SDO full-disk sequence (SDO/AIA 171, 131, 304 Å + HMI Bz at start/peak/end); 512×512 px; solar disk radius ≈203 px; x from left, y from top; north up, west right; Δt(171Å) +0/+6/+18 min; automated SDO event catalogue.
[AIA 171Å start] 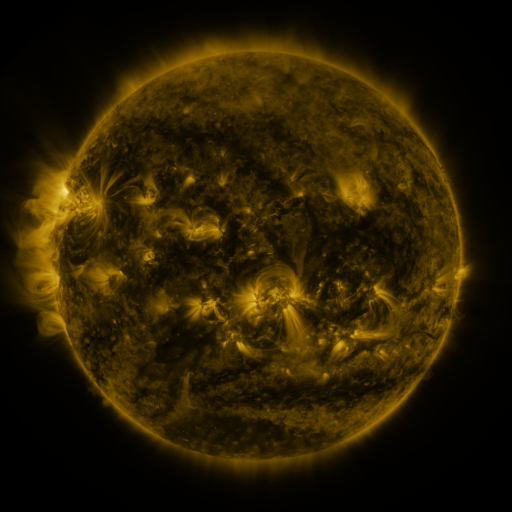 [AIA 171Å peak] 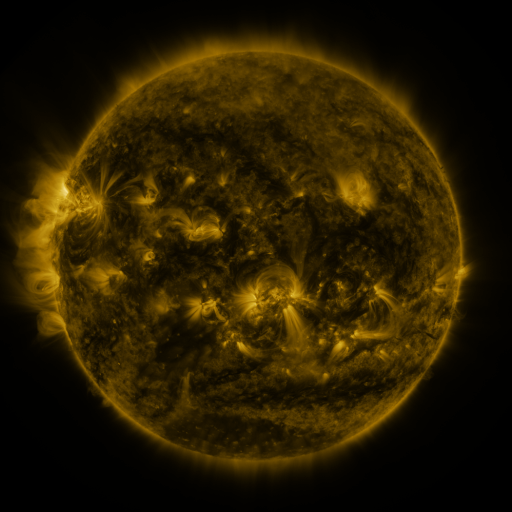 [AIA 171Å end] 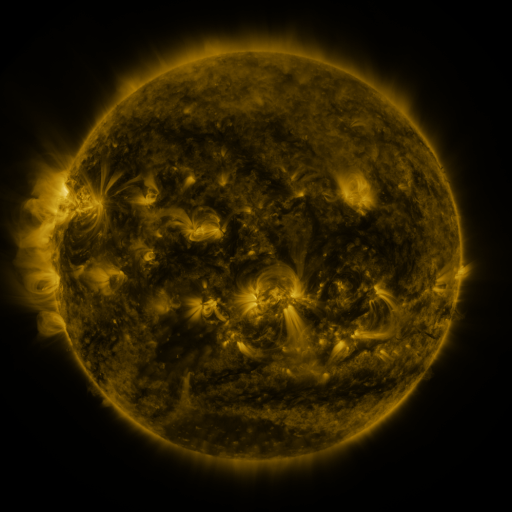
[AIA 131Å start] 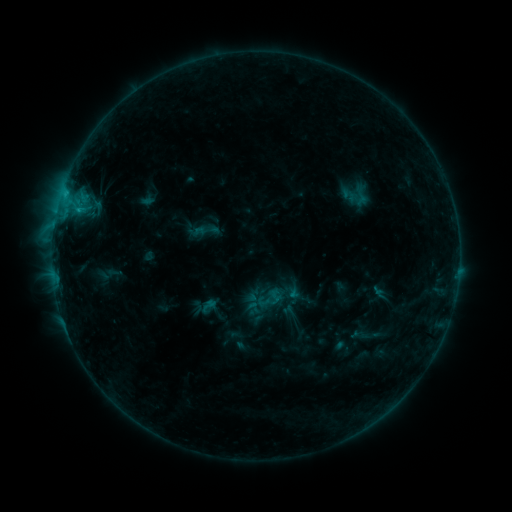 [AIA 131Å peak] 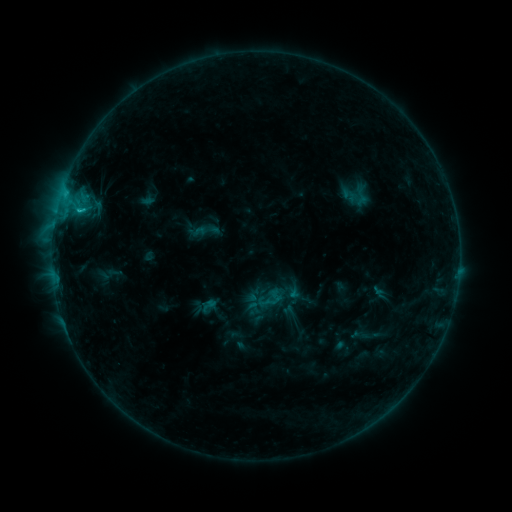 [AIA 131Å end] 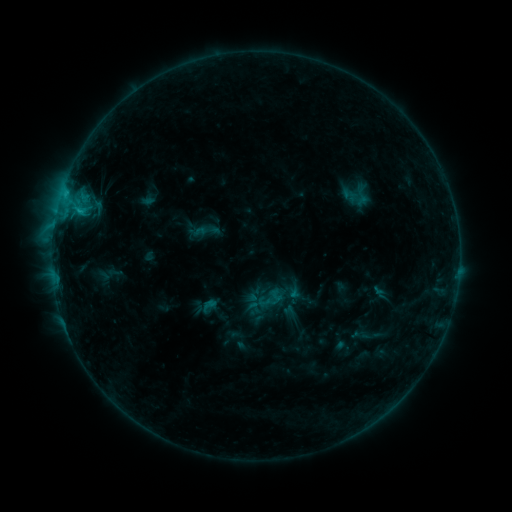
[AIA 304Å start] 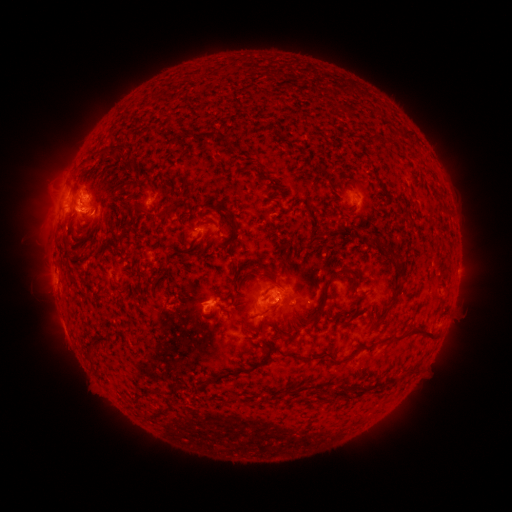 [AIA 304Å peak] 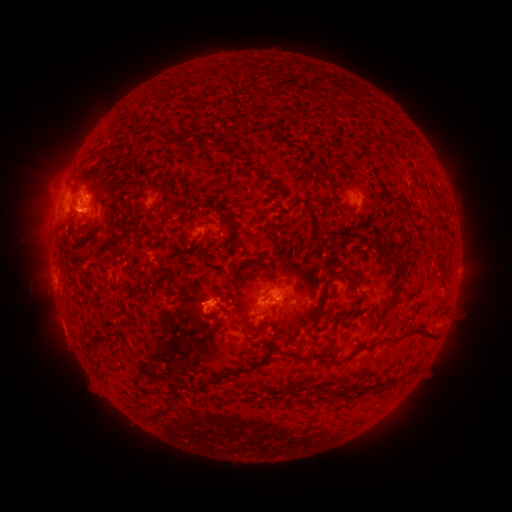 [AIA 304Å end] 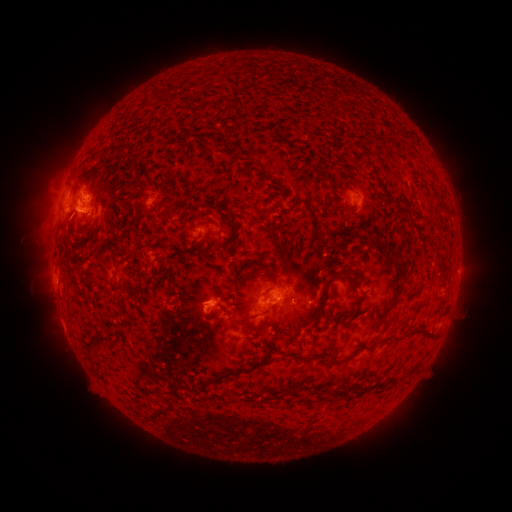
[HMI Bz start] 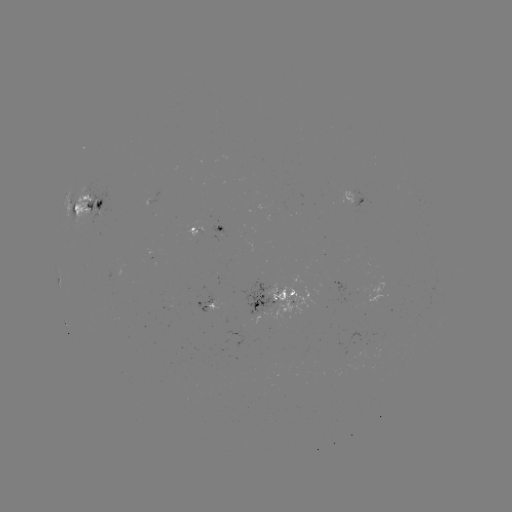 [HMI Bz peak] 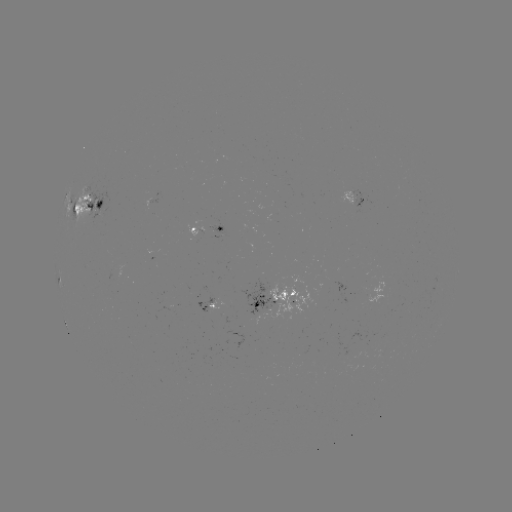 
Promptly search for C1.2 flare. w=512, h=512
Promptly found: (82, 214).